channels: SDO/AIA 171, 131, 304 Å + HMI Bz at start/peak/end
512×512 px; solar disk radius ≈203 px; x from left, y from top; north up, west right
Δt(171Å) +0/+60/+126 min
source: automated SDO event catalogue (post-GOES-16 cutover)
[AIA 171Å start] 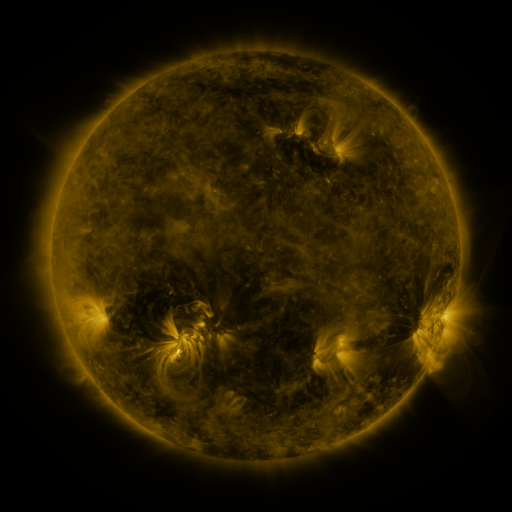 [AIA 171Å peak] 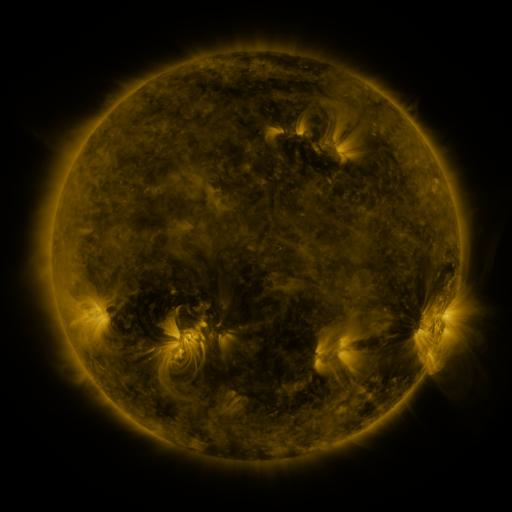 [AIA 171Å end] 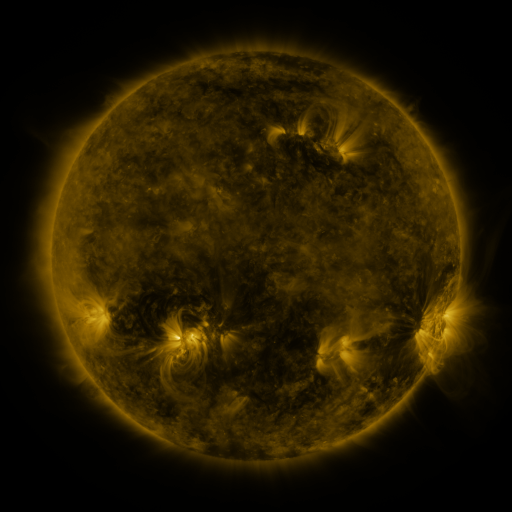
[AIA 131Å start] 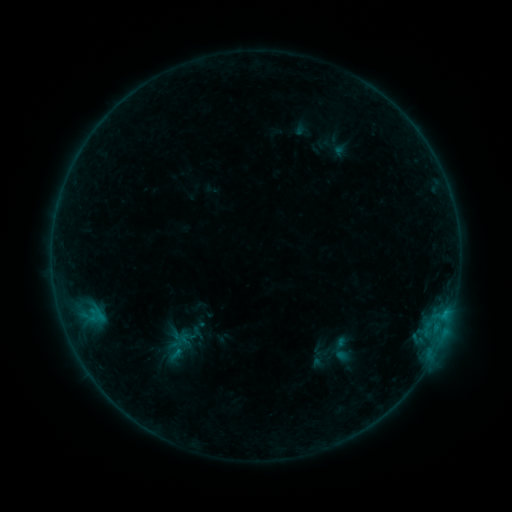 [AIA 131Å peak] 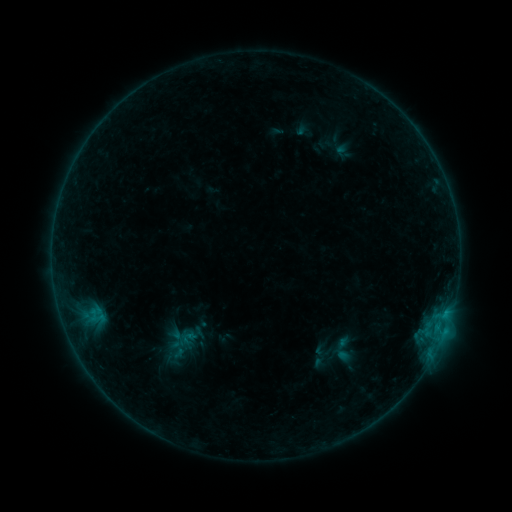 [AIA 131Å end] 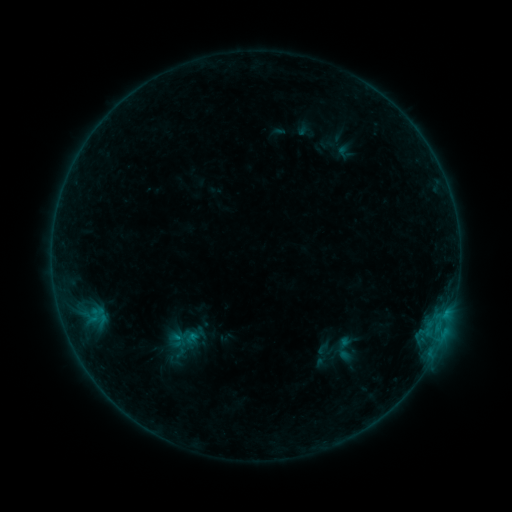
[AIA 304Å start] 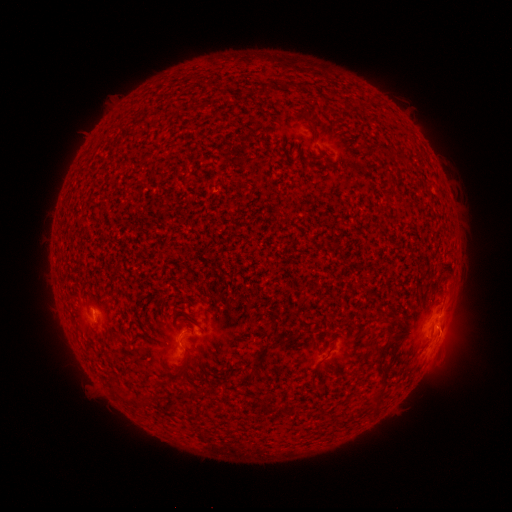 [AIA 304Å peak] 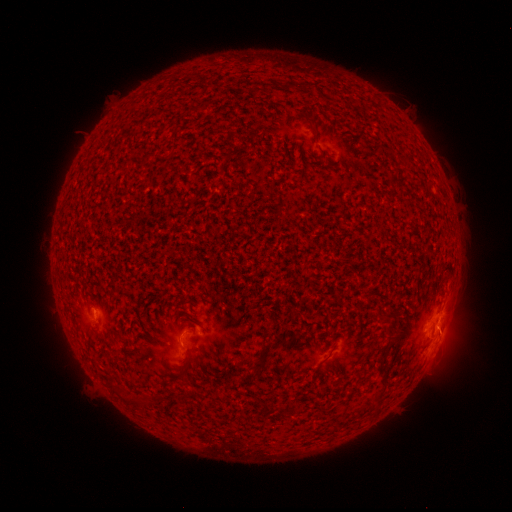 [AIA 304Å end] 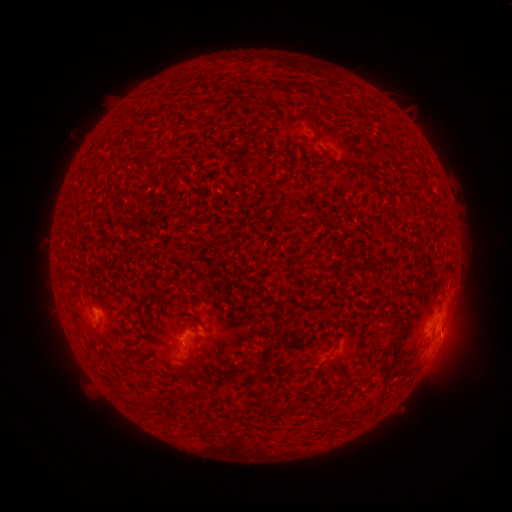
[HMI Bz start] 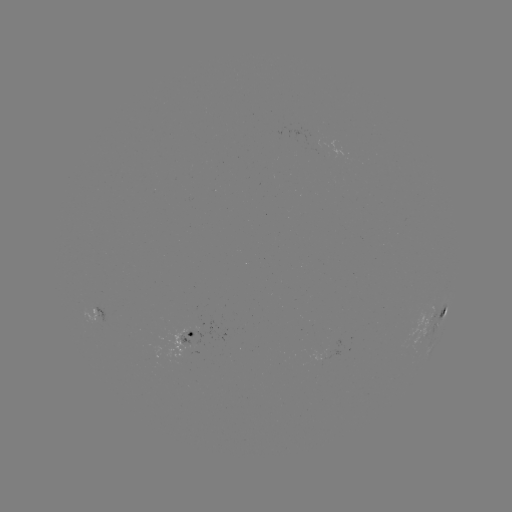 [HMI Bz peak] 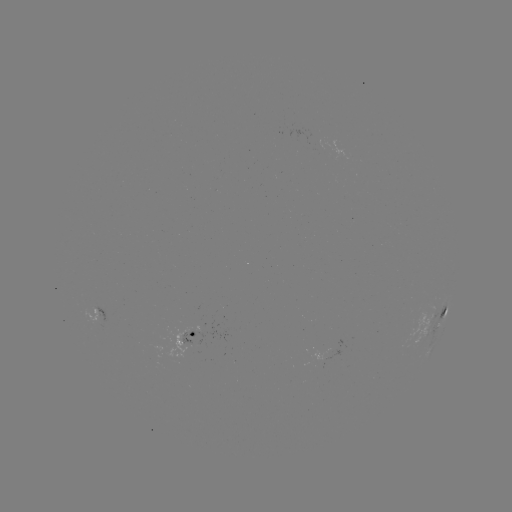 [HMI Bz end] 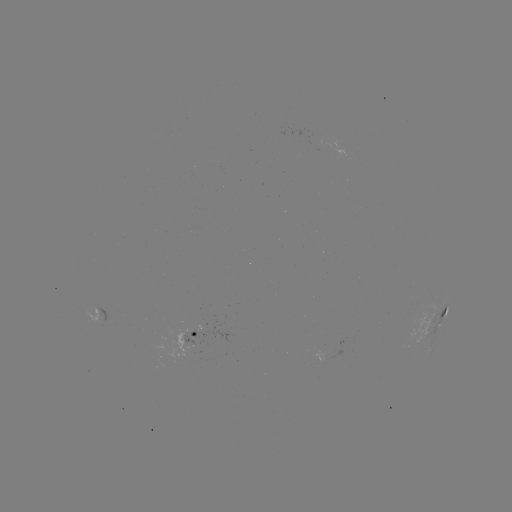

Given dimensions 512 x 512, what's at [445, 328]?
B6.0 flare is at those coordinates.